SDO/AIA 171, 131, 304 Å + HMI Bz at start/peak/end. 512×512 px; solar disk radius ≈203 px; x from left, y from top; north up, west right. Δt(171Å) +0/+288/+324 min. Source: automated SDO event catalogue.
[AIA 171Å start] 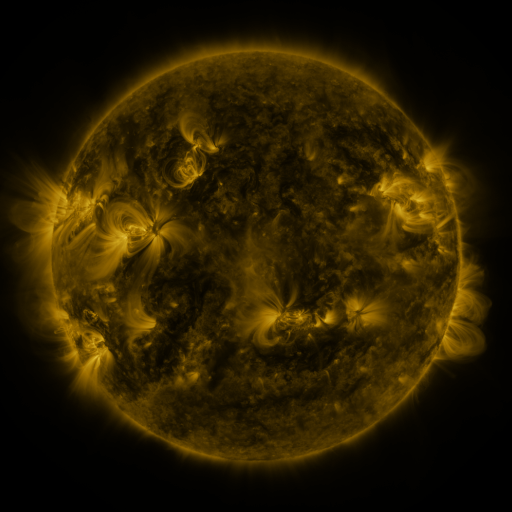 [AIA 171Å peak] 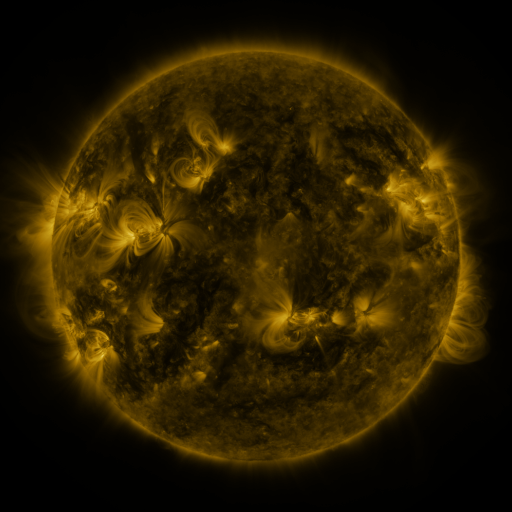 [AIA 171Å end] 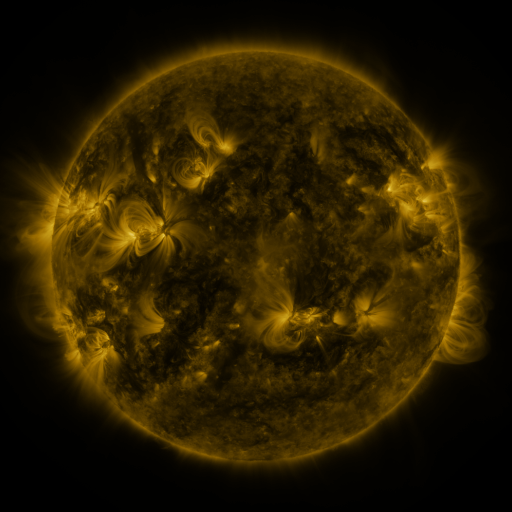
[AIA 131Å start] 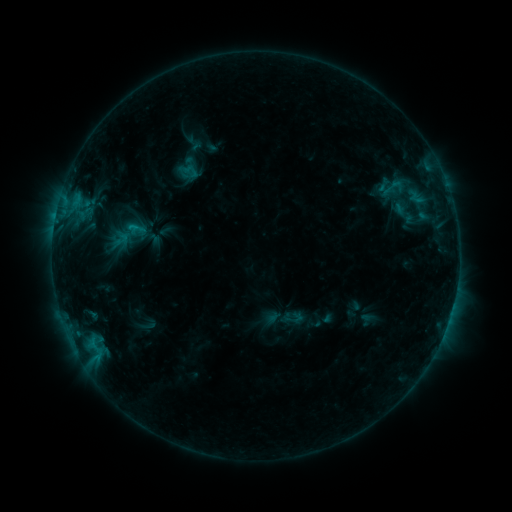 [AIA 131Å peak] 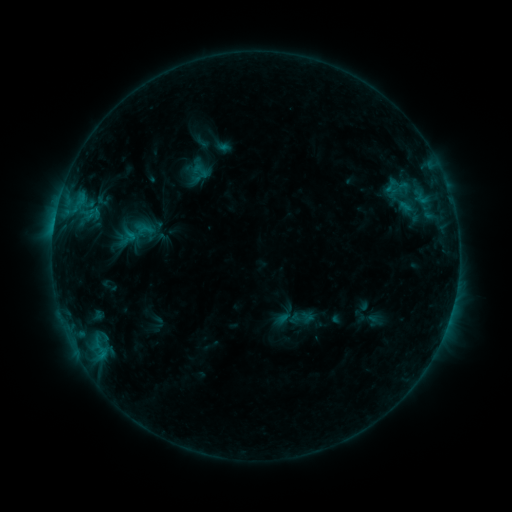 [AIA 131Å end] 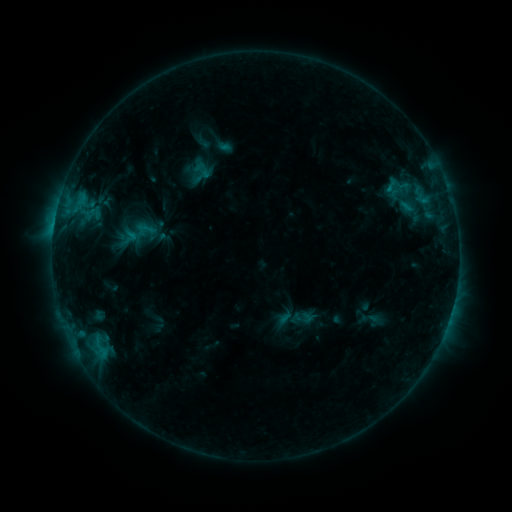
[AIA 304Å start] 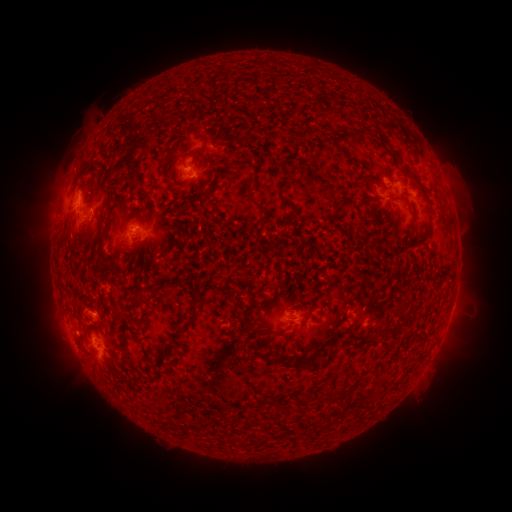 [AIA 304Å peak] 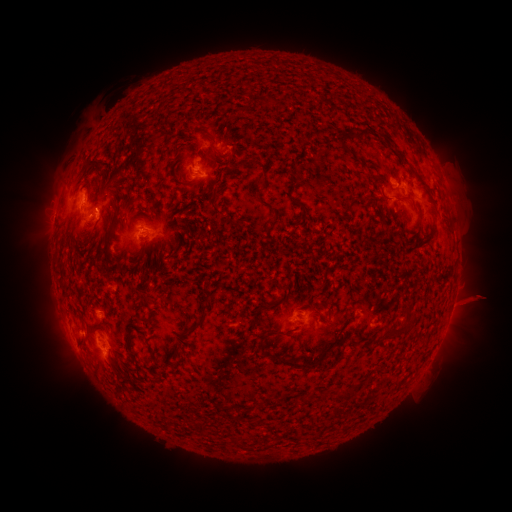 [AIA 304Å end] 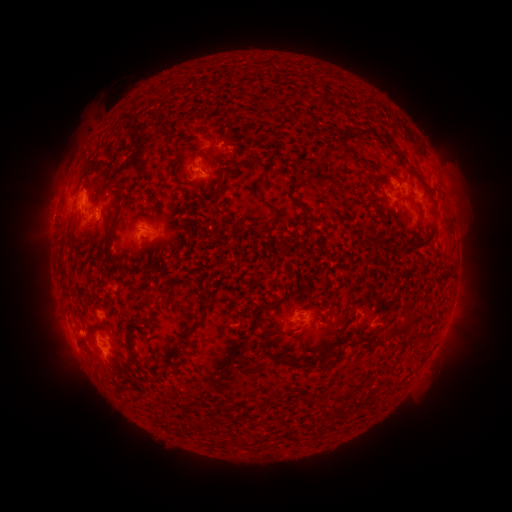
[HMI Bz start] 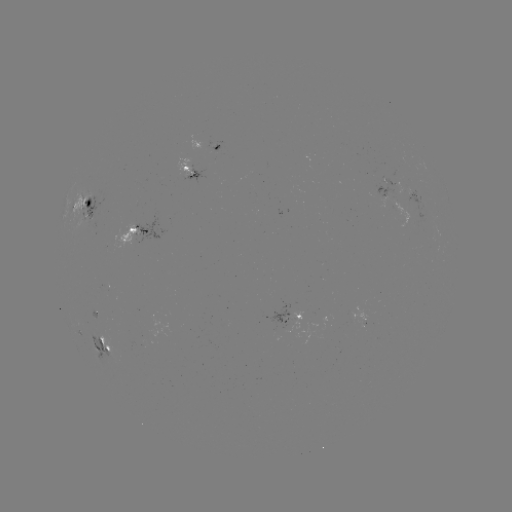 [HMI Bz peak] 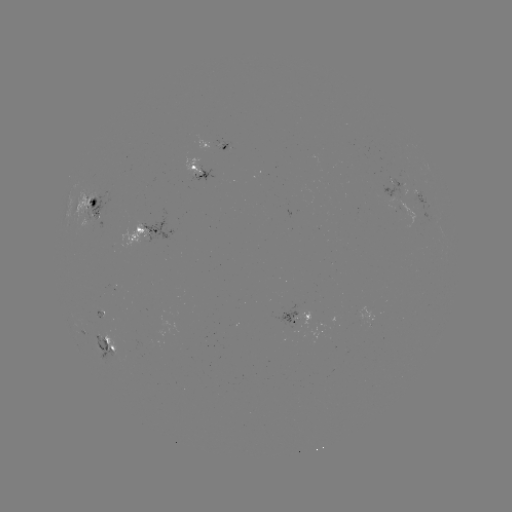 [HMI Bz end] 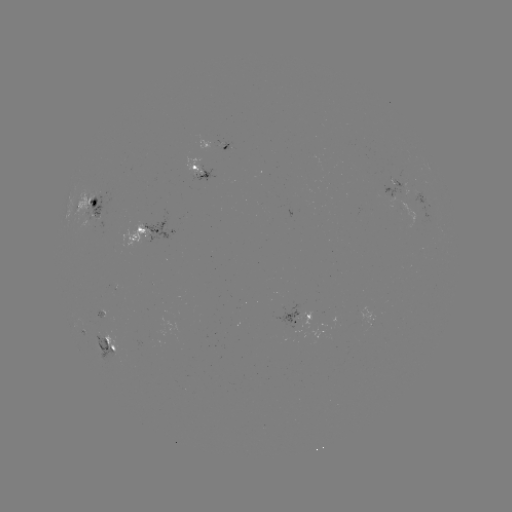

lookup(emerging-flux region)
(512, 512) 101,314